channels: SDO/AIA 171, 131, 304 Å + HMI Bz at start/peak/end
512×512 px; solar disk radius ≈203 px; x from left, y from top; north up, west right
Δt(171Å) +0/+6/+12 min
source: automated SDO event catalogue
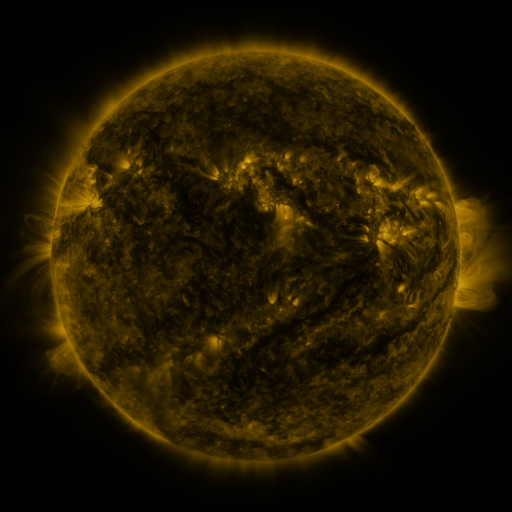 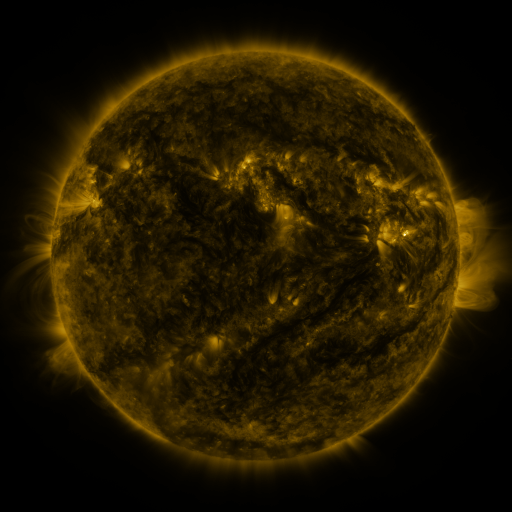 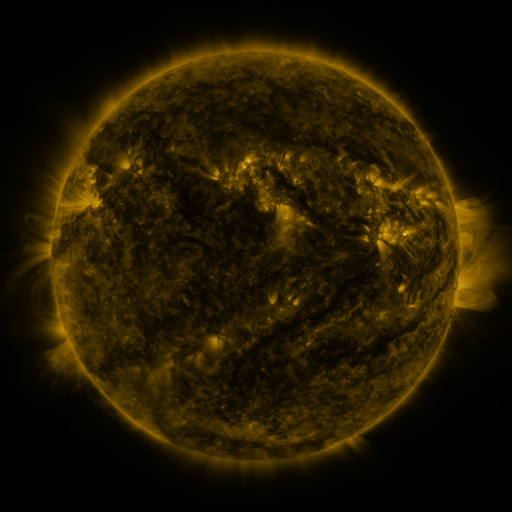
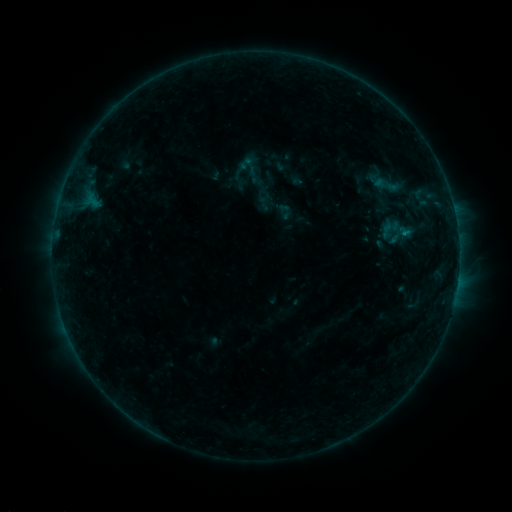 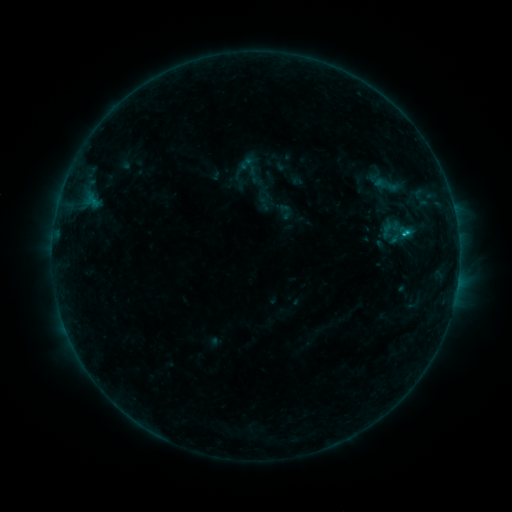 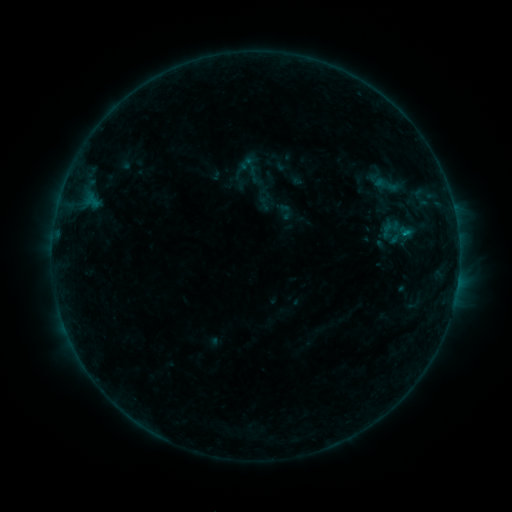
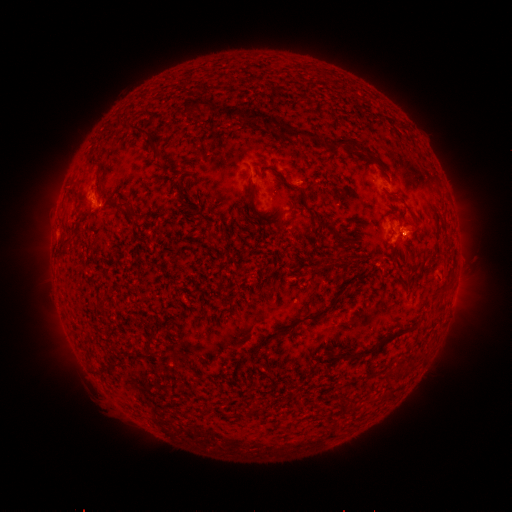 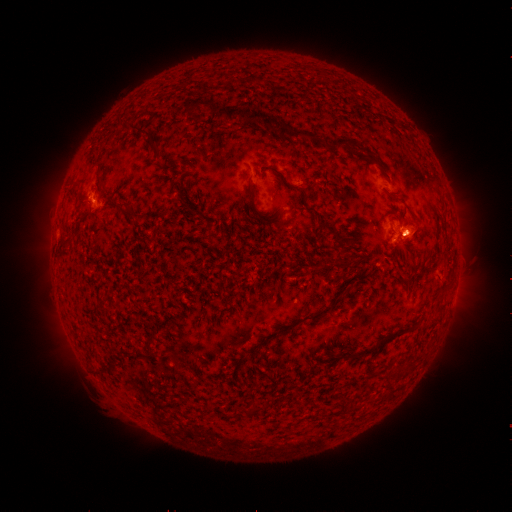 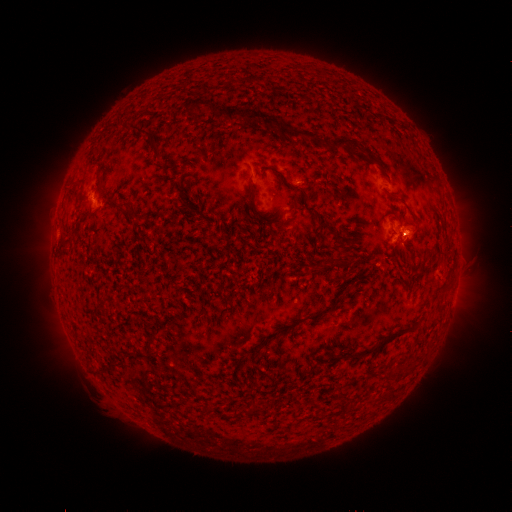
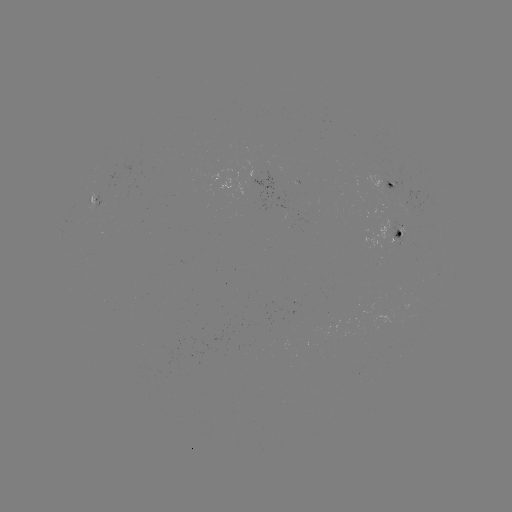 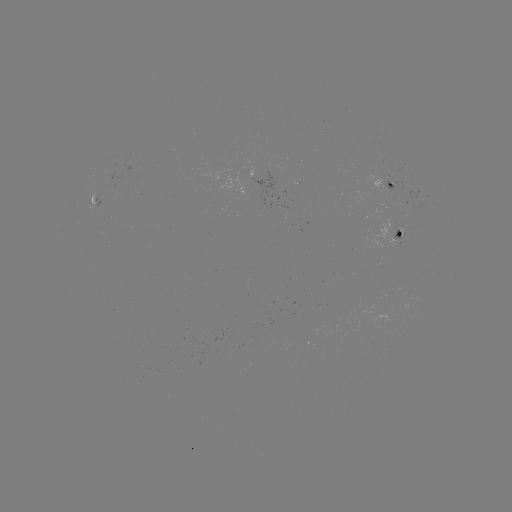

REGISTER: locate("C1.0 flare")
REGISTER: [404, 234]